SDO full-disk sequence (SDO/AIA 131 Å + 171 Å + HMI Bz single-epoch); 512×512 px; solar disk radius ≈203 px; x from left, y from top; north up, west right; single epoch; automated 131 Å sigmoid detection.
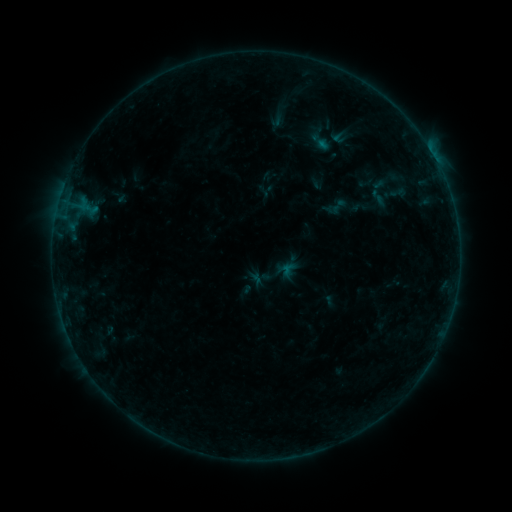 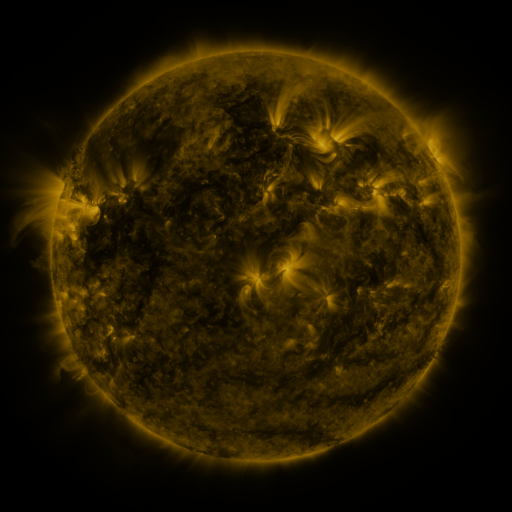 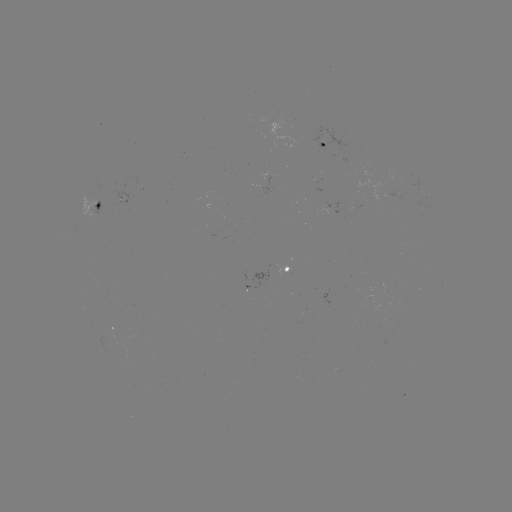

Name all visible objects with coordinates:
sigmoid: [385, 182, 411, 204]
sigmoid: [365, 185, 390, 208]
